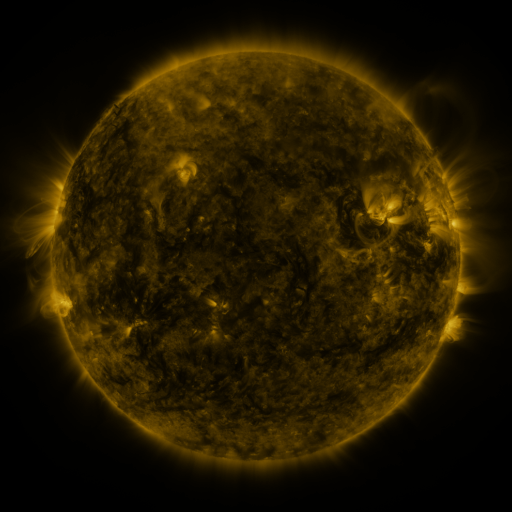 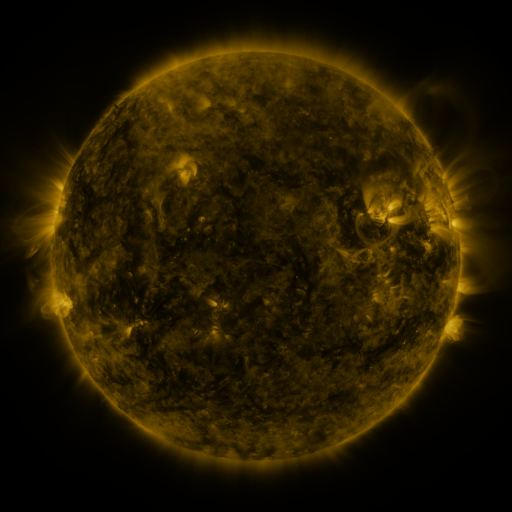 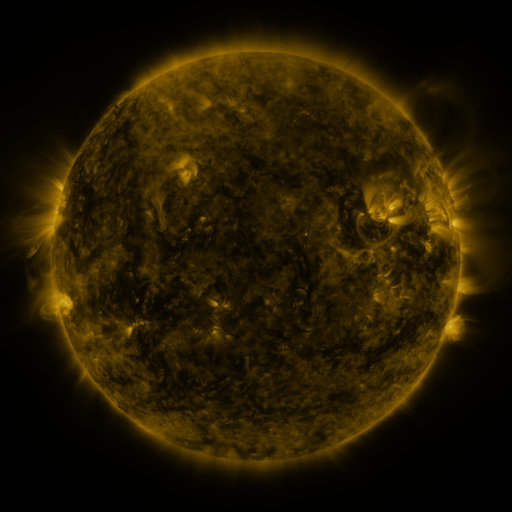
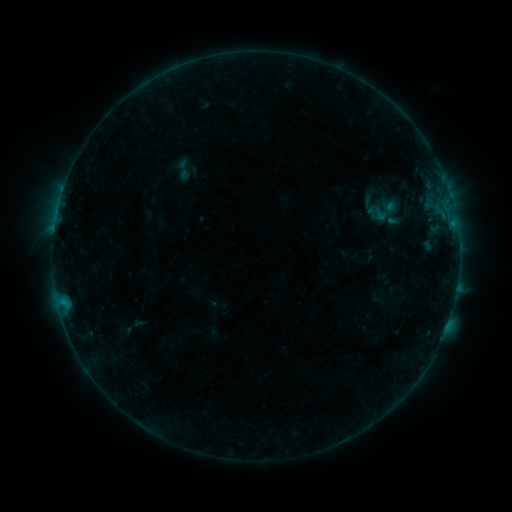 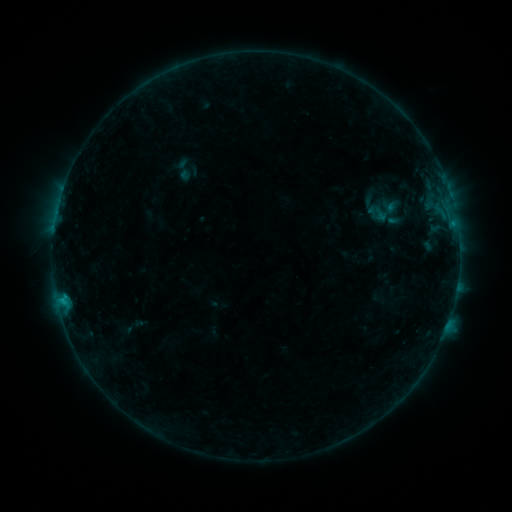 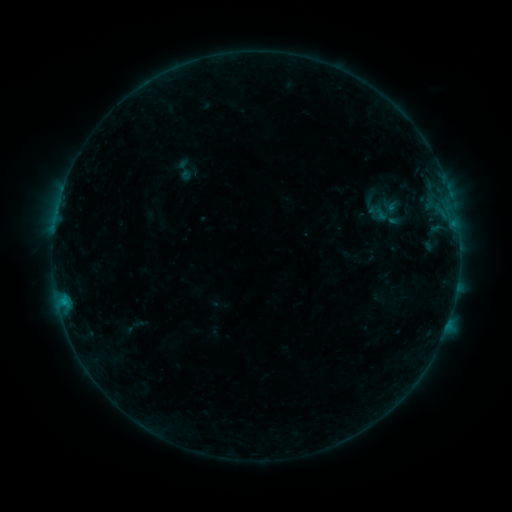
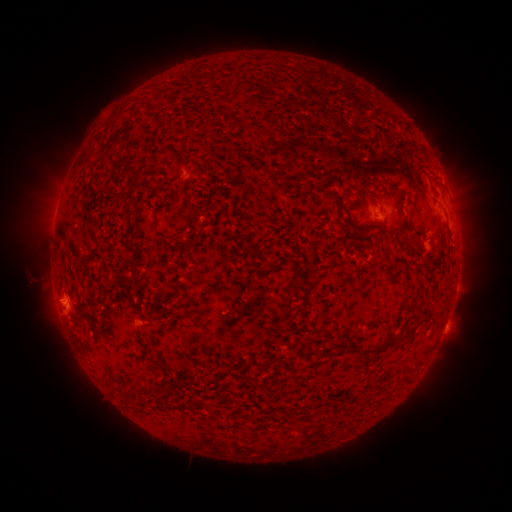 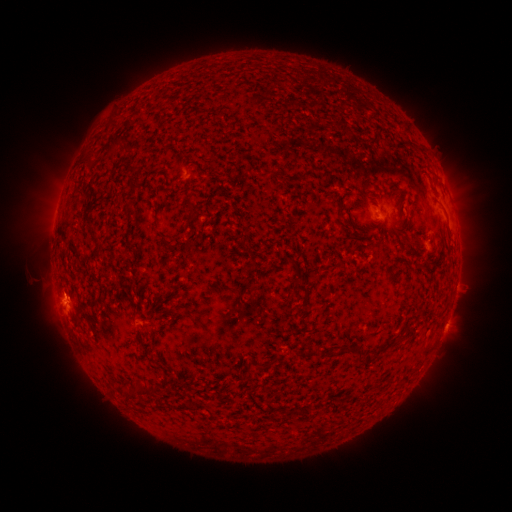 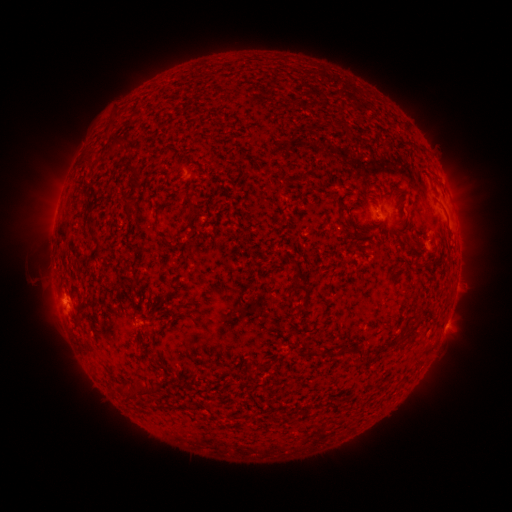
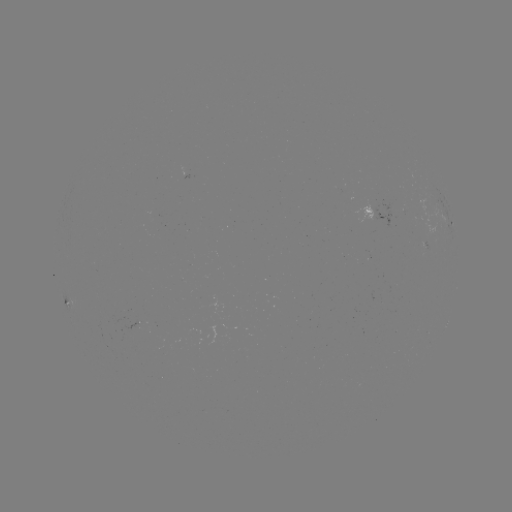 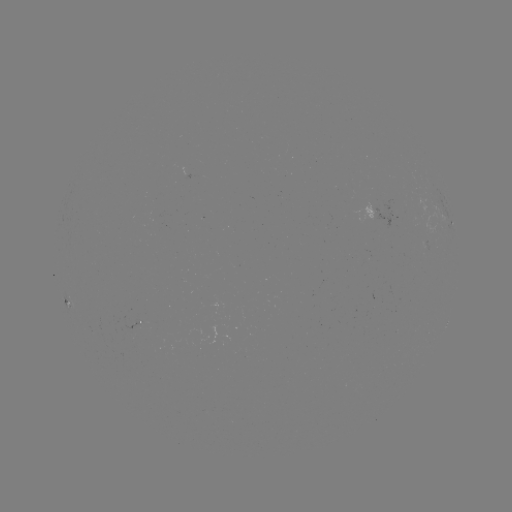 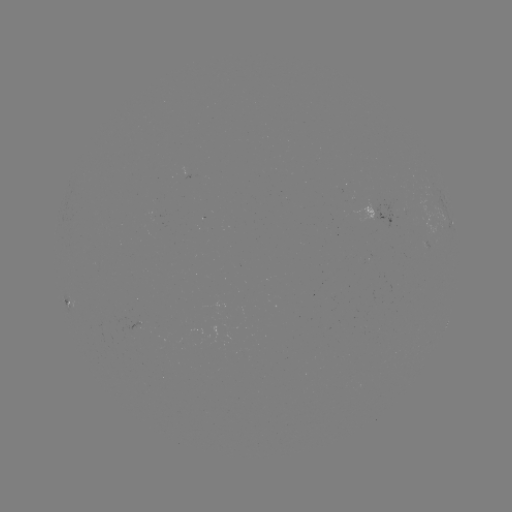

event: flare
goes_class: B5.2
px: (62, 298)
